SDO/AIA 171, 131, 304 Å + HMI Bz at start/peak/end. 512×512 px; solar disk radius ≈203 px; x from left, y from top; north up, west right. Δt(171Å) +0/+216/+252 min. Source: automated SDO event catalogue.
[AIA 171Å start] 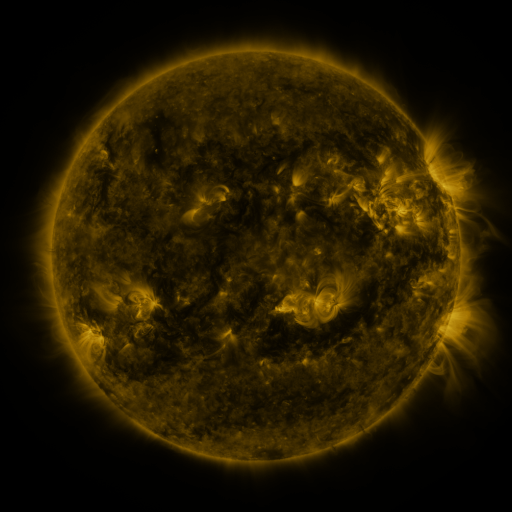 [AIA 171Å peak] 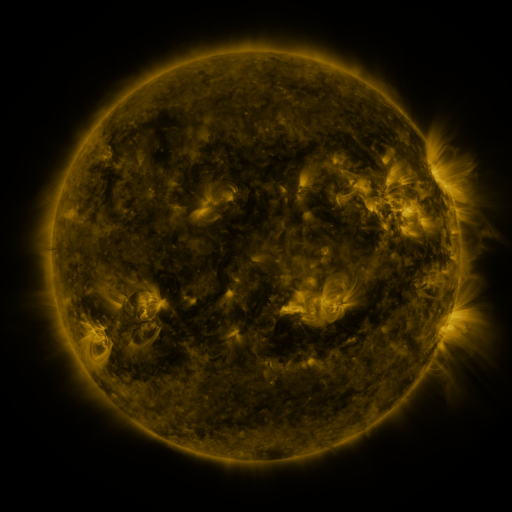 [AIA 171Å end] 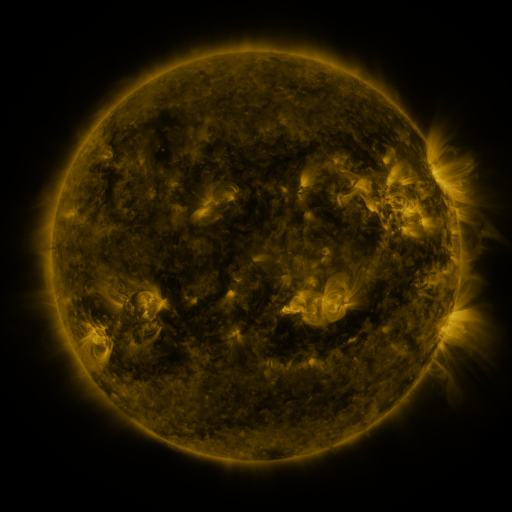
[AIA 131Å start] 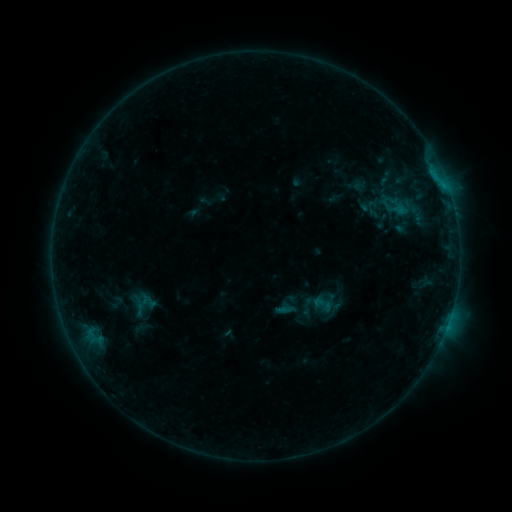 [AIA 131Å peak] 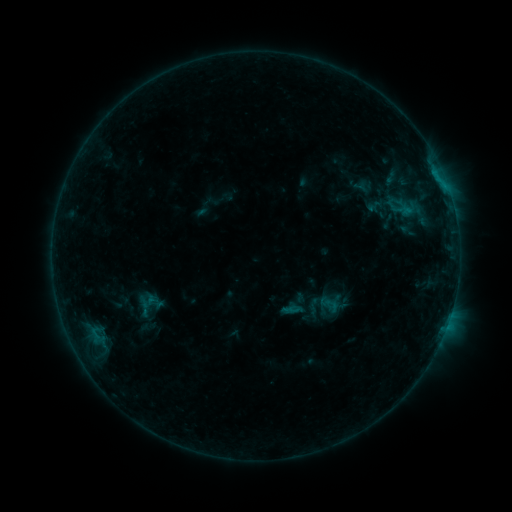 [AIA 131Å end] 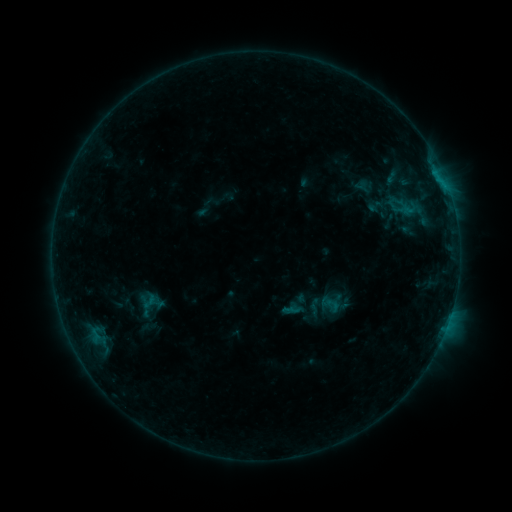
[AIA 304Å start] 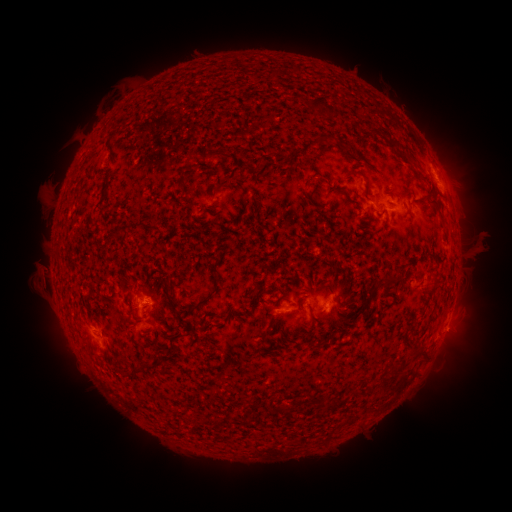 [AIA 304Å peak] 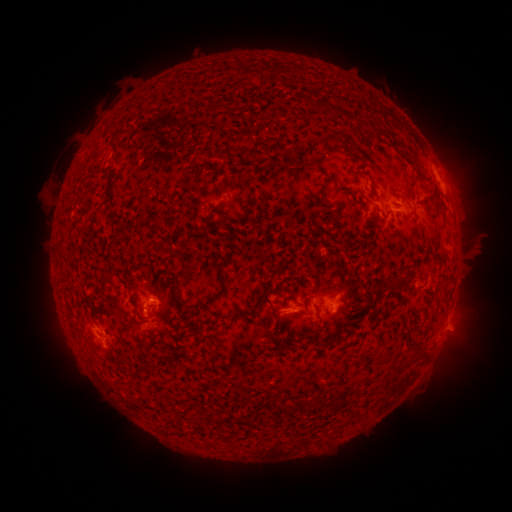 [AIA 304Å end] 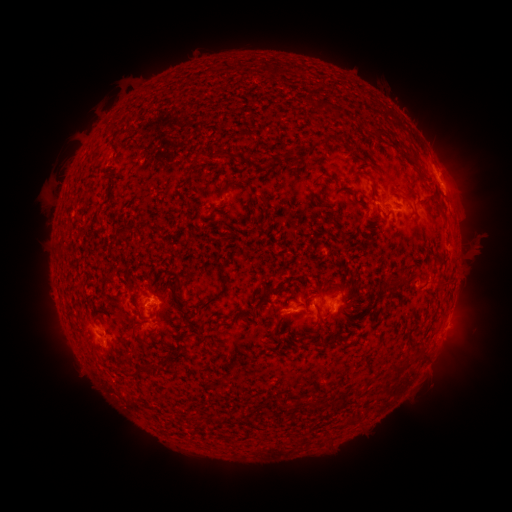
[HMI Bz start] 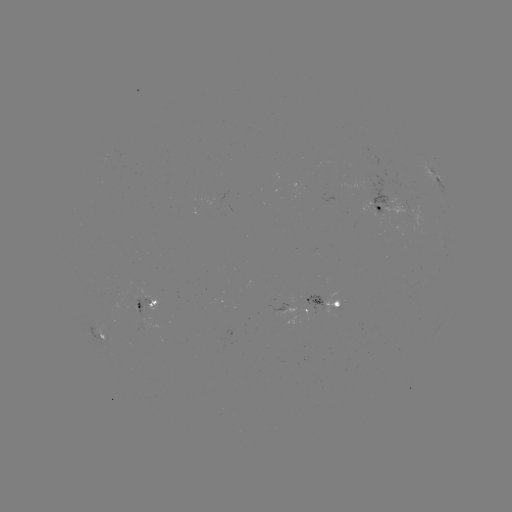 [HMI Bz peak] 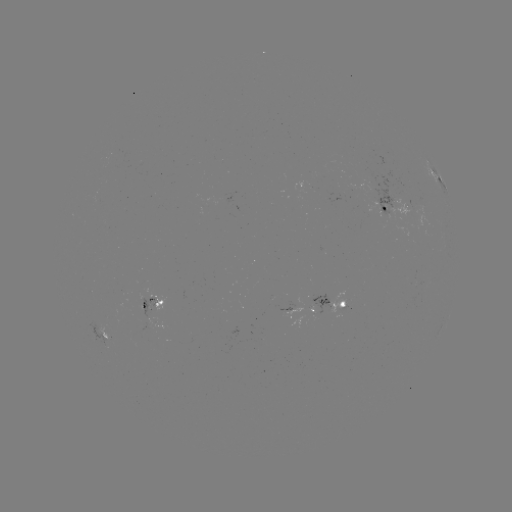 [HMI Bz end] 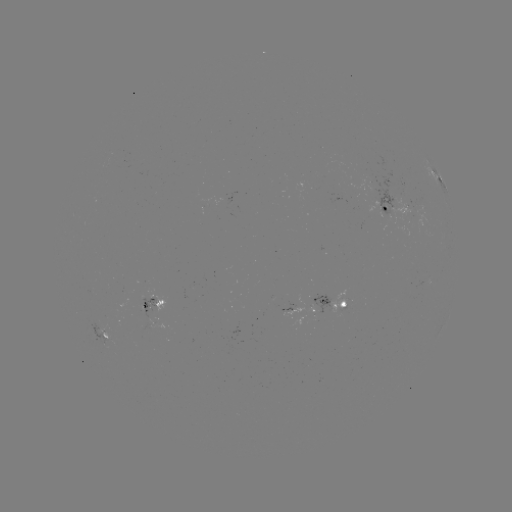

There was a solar emerging-flux region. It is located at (382, 207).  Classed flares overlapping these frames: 2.